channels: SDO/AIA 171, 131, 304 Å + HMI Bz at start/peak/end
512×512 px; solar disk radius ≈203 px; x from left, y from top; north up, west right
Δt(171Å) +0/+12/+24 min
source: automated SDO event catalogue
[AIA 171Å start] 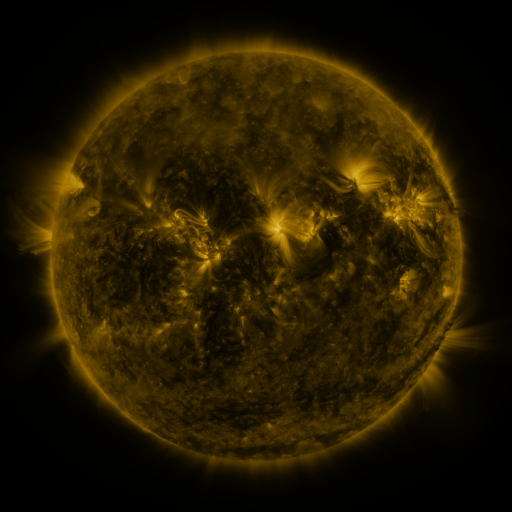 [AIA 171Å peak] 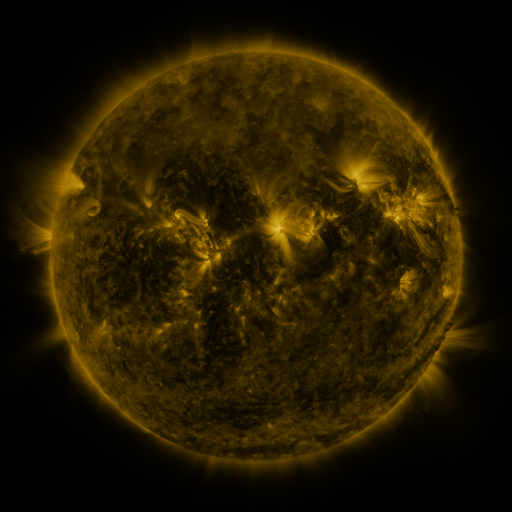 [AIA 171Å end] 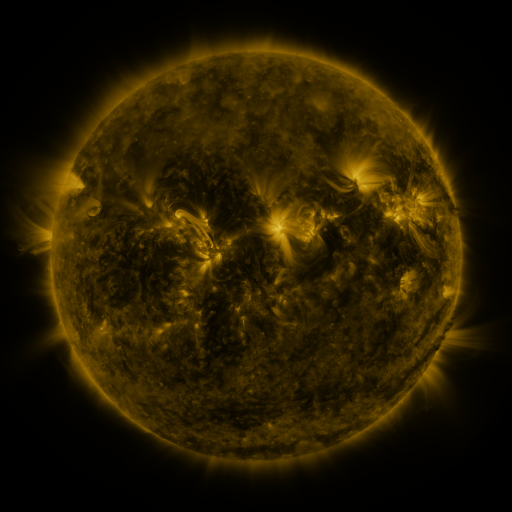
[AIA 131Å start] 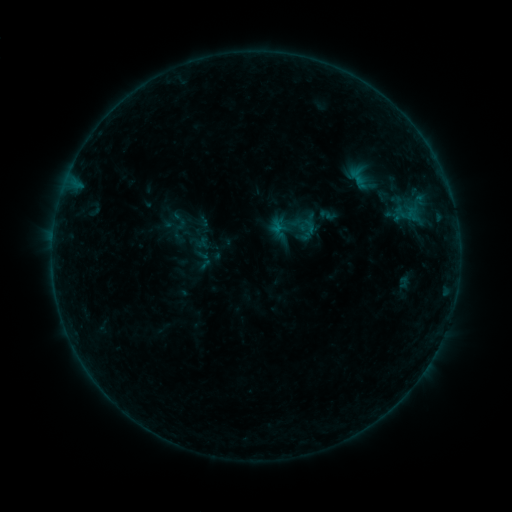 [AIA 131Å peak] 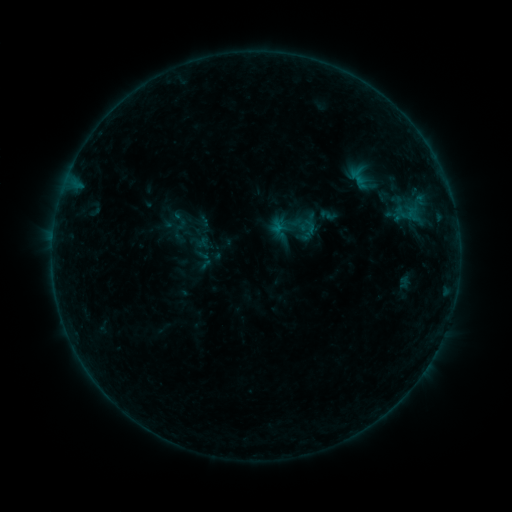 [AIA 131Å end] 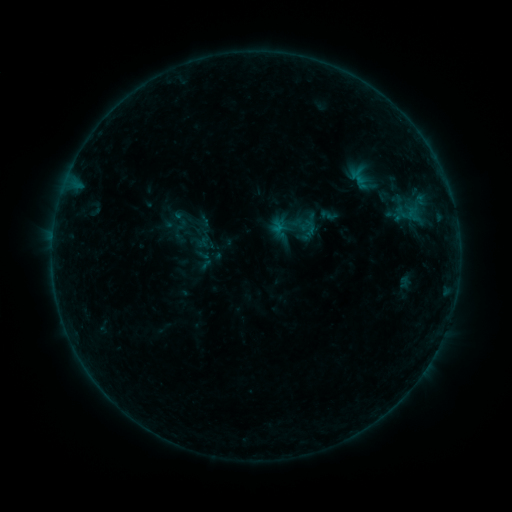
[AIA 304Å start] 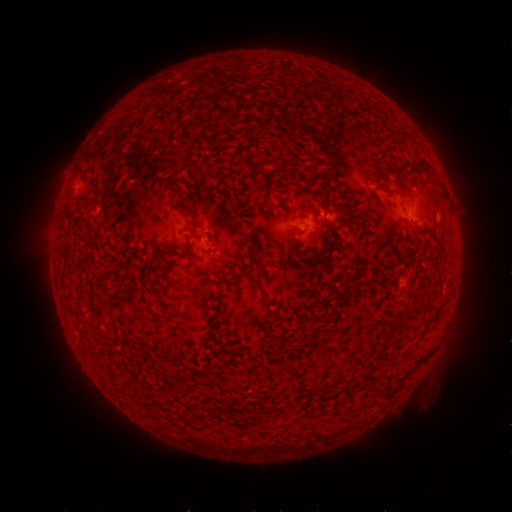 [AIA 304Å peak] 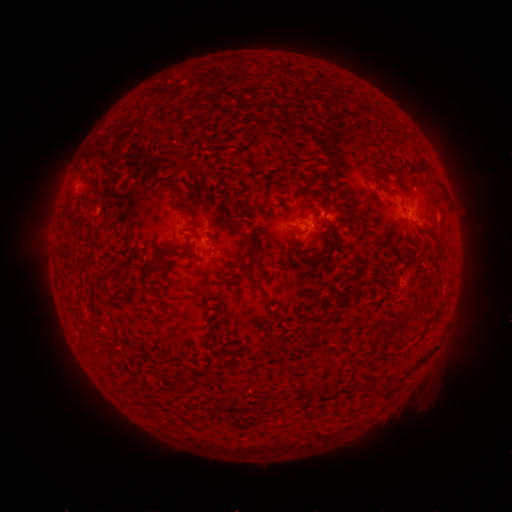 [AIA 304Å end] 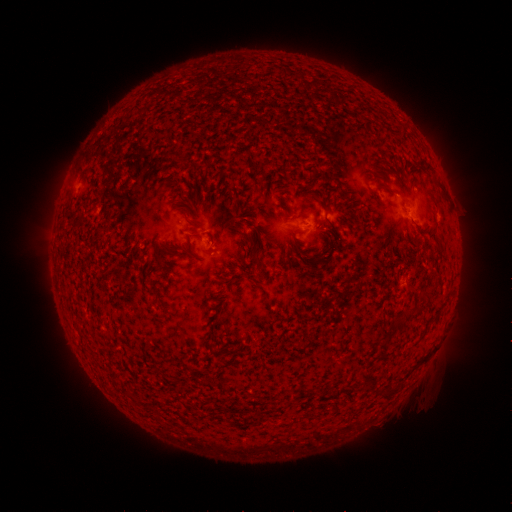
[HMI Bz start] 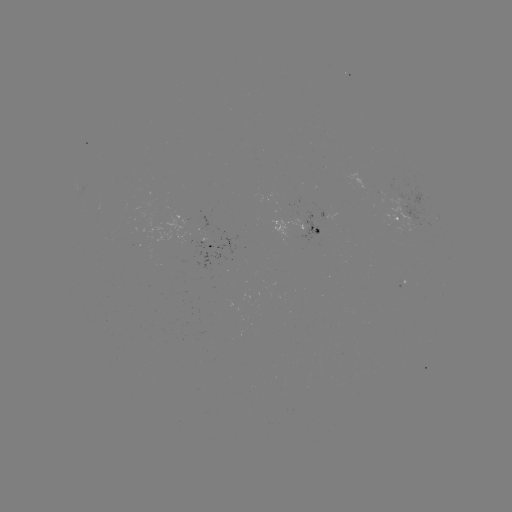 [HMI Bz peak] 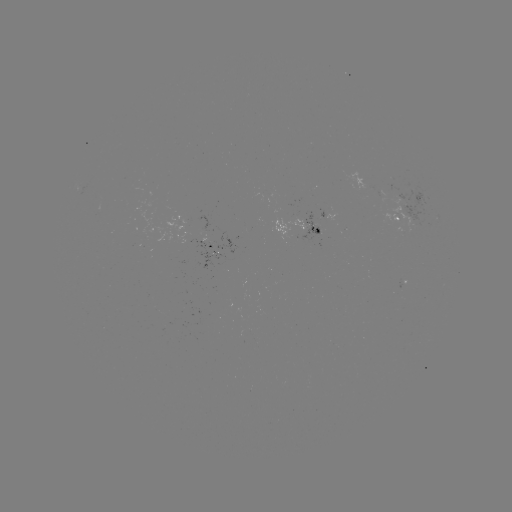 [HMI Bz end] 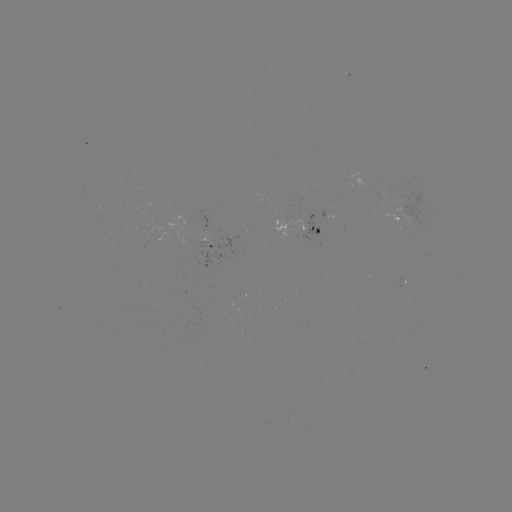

nothing was catalogued: no classed flare, no EUV trigger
